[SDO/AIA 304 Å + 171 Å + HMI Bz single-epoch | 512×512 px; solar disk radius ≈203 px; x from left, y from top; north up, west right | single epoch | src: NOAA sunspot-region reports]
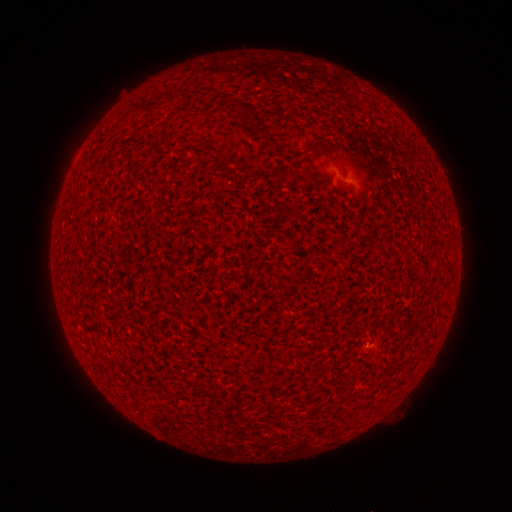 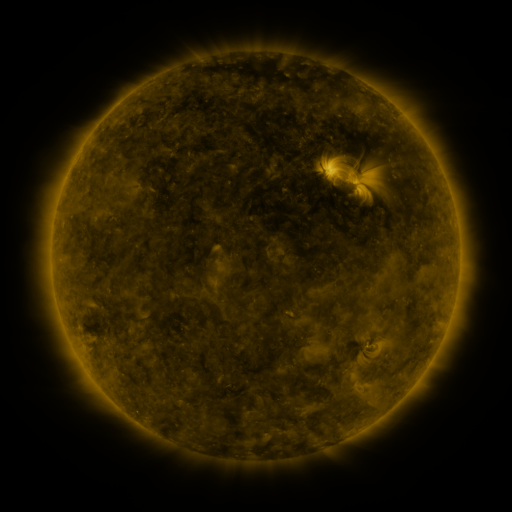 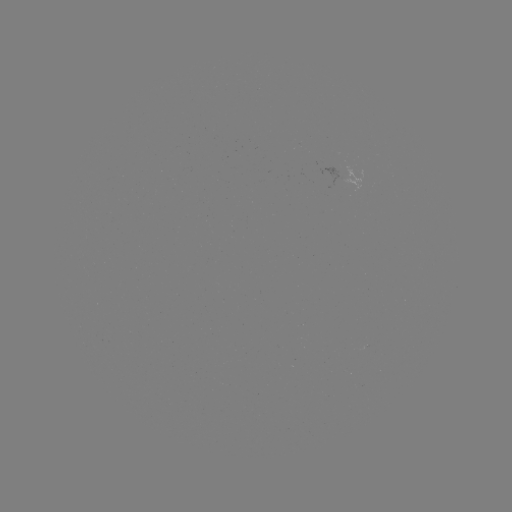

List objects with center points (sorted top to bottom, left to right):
(none)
